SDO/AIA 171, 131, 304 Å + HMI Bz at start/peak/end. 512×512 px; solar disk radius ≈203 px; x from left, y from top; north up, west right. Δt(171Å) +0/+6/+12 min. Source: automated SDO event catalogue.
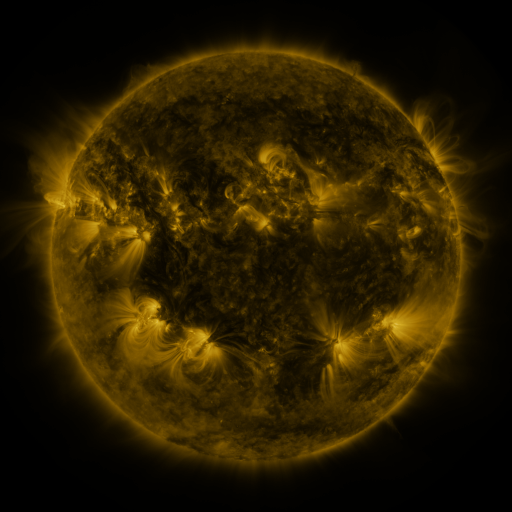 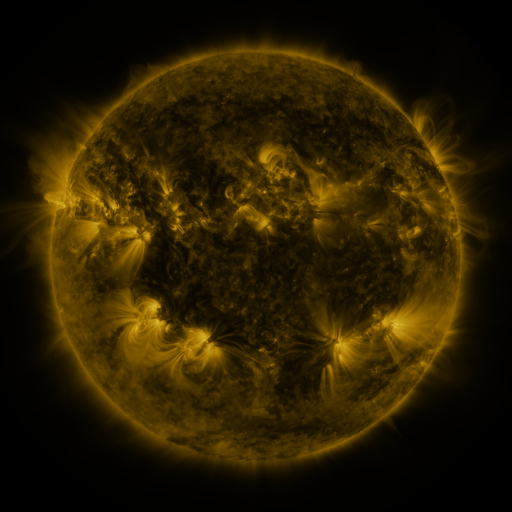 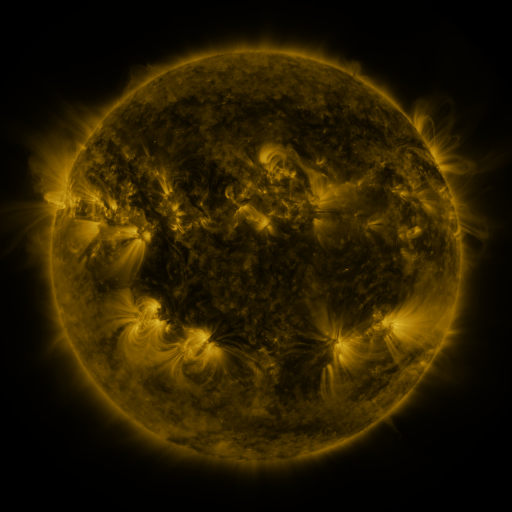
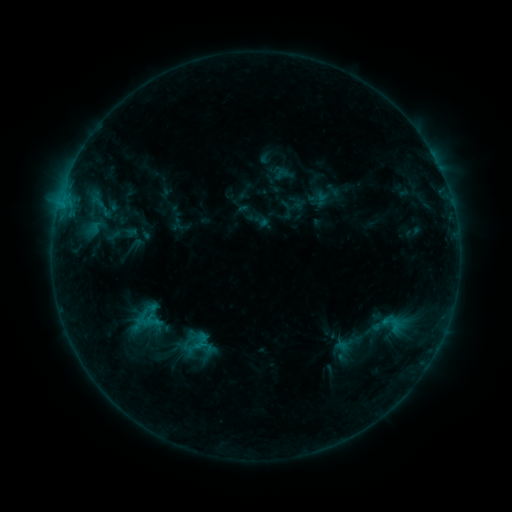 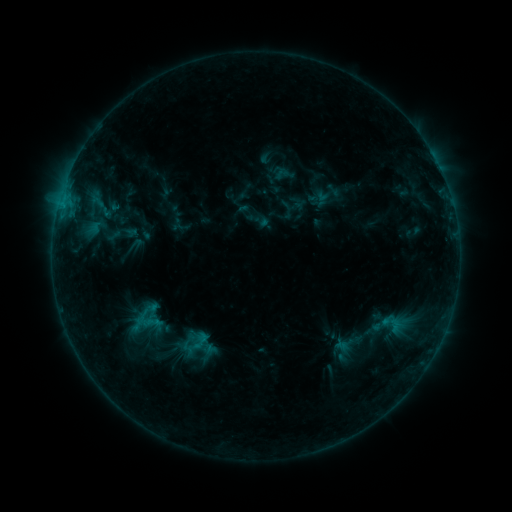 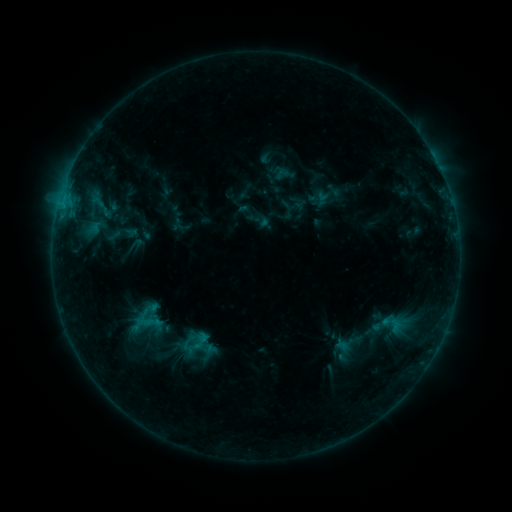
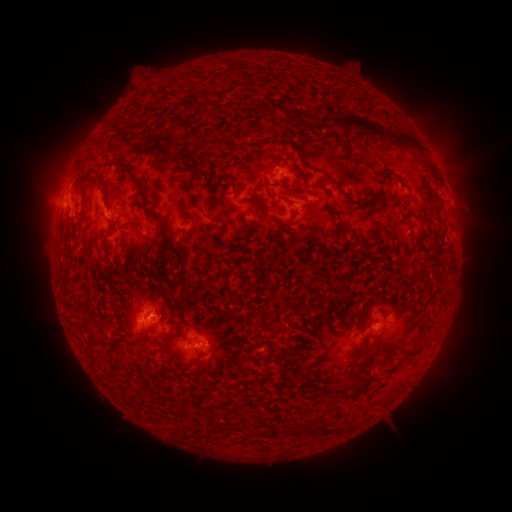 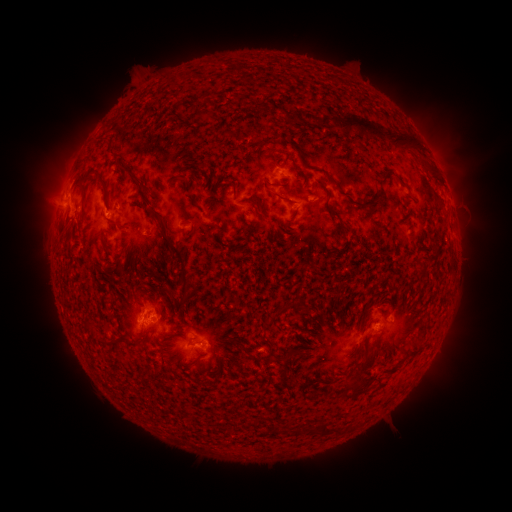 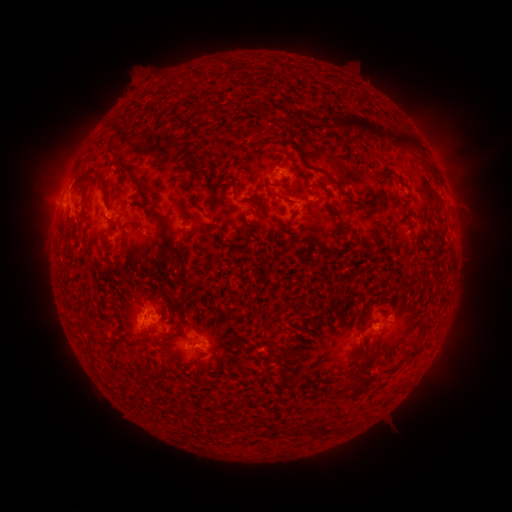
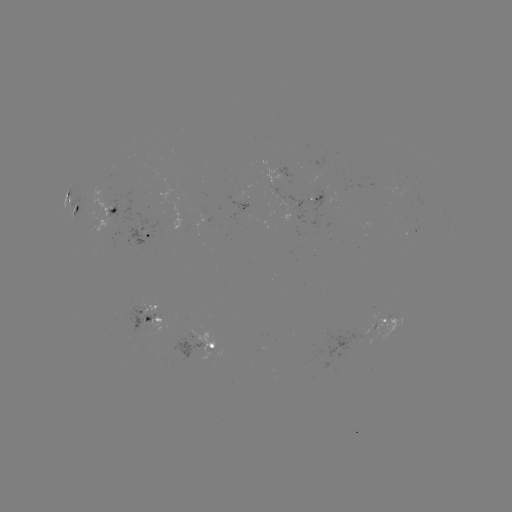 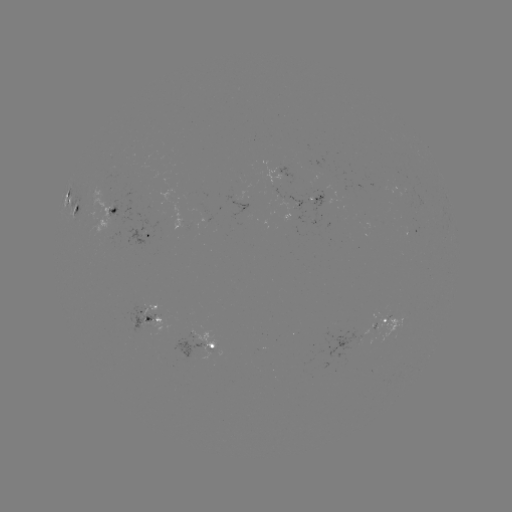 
no flare in any classed list; no EUV-trigger detection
